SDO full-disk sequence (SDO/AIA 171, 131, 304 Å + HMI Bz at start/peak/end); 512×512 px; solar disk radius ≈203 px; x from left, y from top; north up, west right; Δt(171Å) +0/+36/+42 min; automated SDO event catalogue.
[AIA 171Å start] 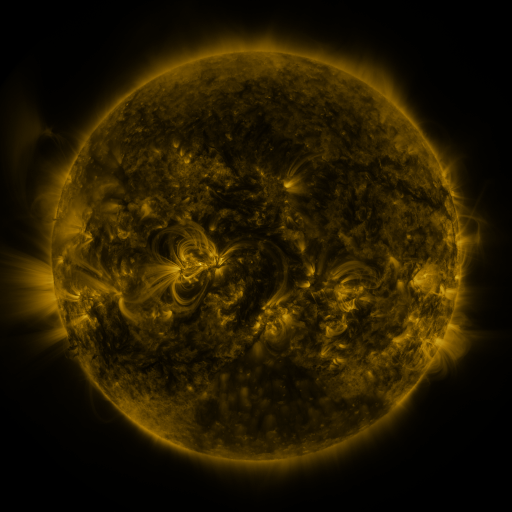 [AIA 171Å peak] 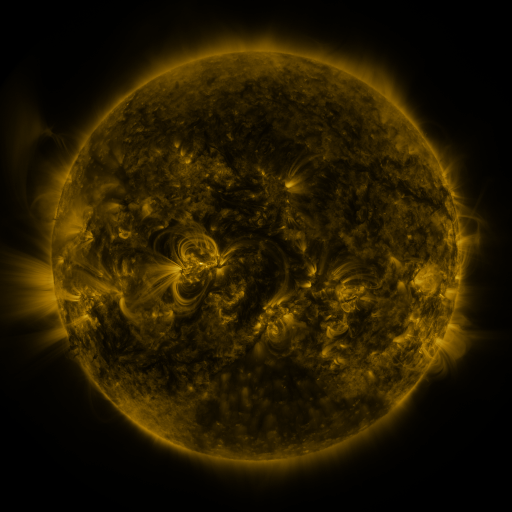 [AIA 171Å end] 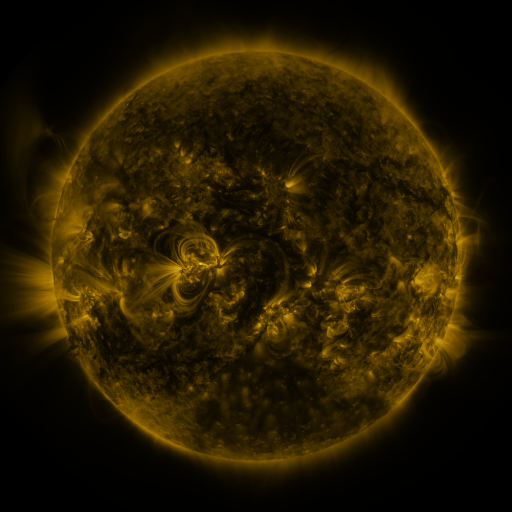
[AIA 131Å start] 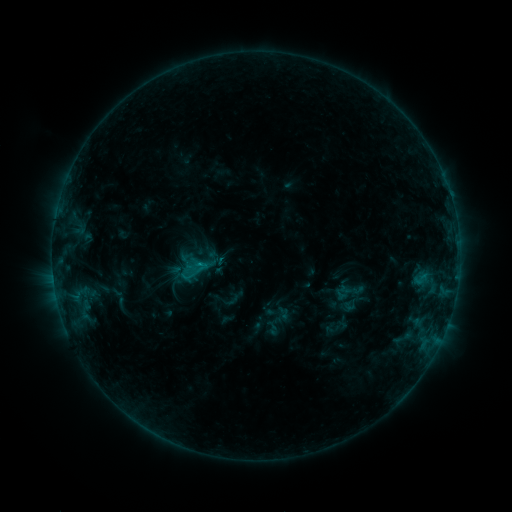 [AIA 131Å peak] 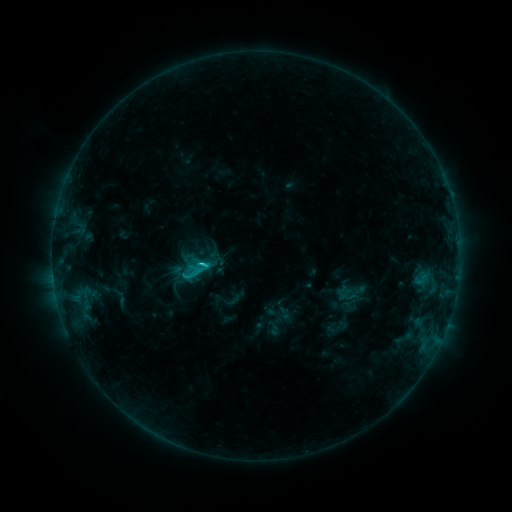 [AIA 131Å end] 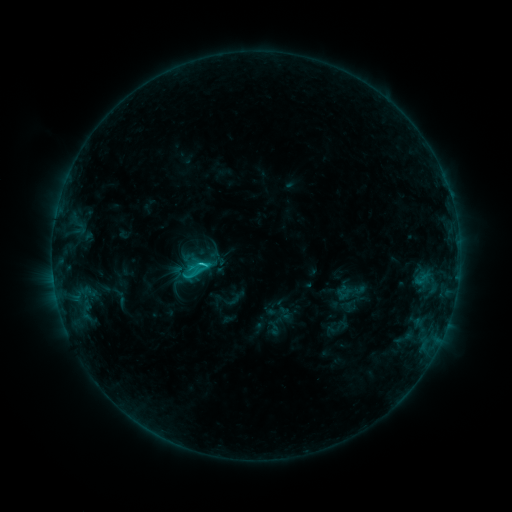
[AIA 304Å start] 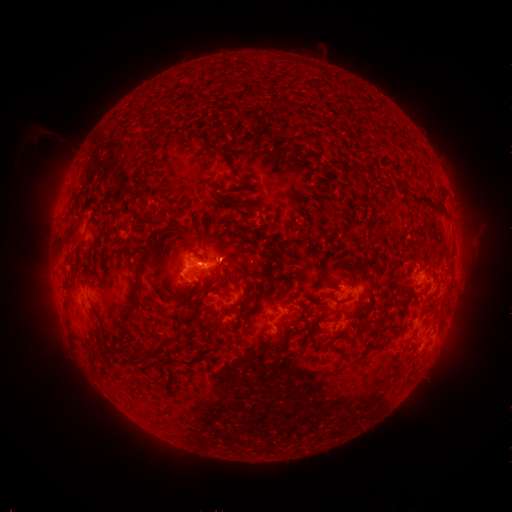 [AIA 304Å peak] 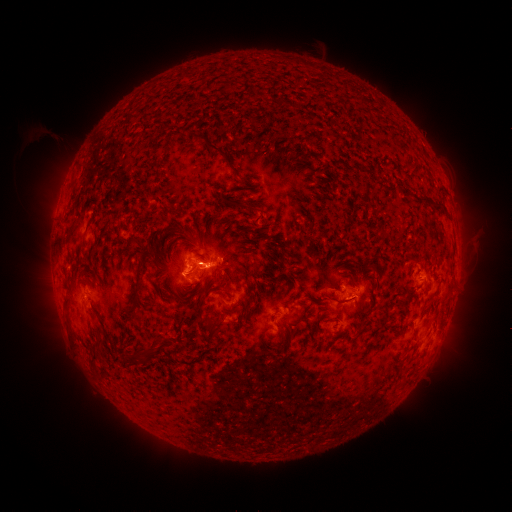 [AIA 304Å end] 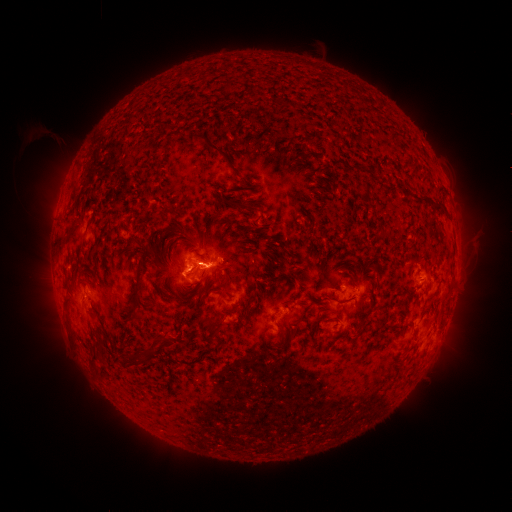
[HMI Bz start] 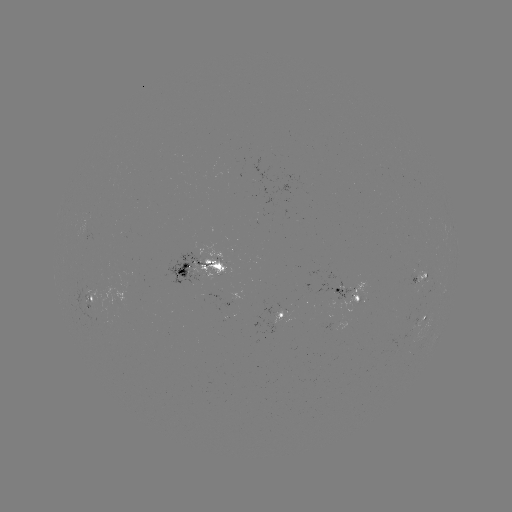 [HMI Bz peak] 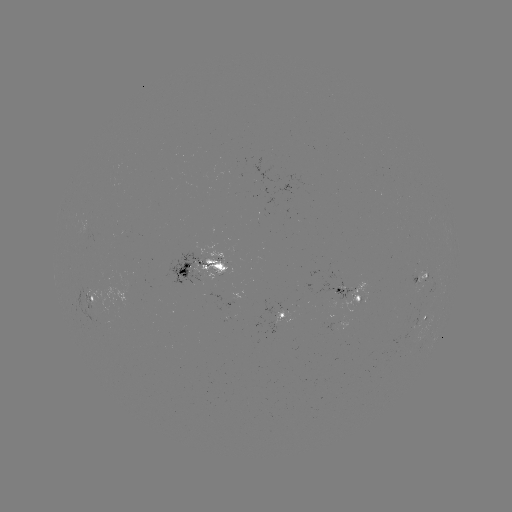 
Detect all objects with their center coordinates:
C1.8 flare: (206, 262)
